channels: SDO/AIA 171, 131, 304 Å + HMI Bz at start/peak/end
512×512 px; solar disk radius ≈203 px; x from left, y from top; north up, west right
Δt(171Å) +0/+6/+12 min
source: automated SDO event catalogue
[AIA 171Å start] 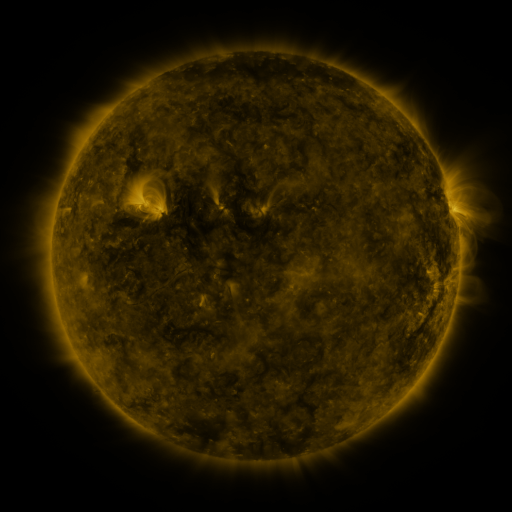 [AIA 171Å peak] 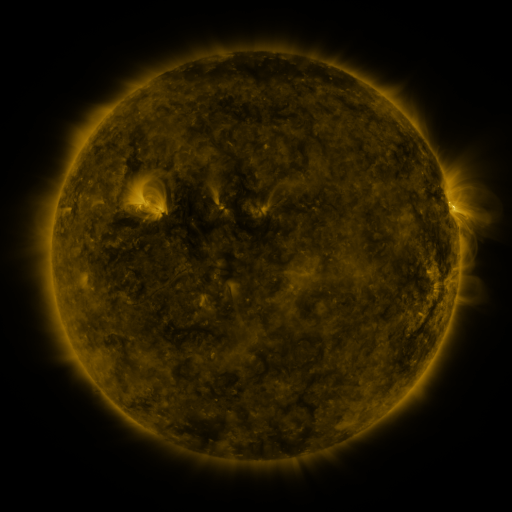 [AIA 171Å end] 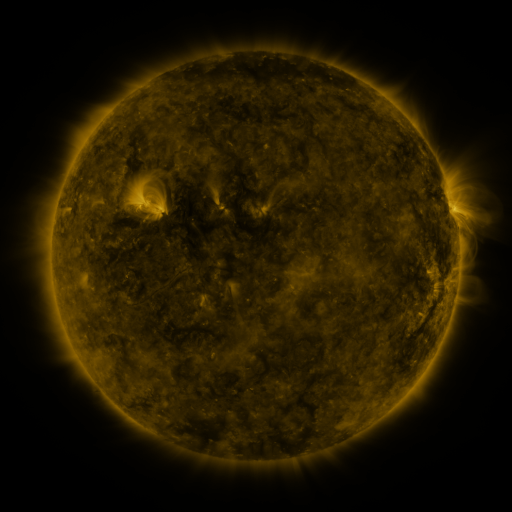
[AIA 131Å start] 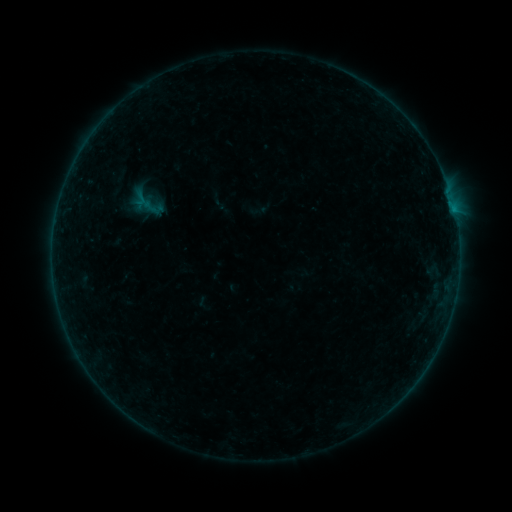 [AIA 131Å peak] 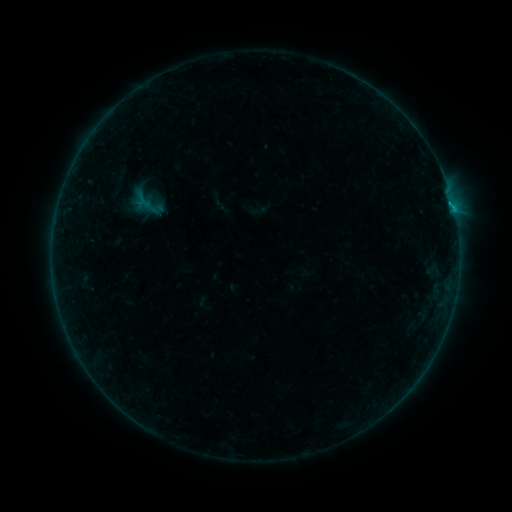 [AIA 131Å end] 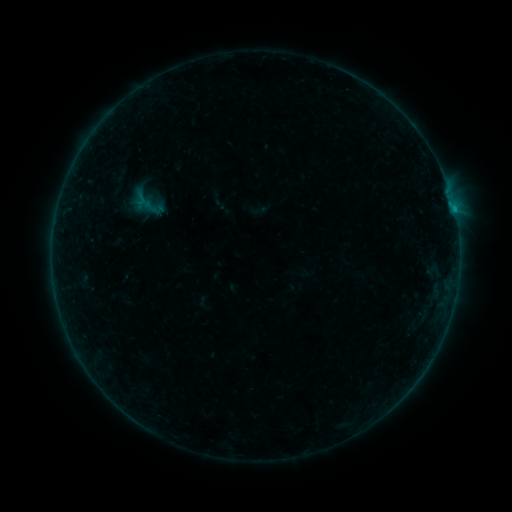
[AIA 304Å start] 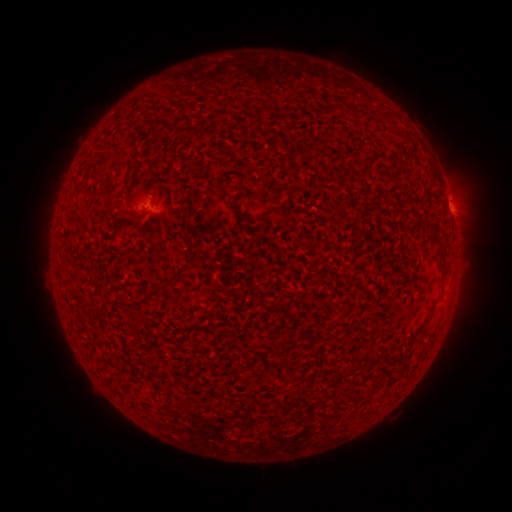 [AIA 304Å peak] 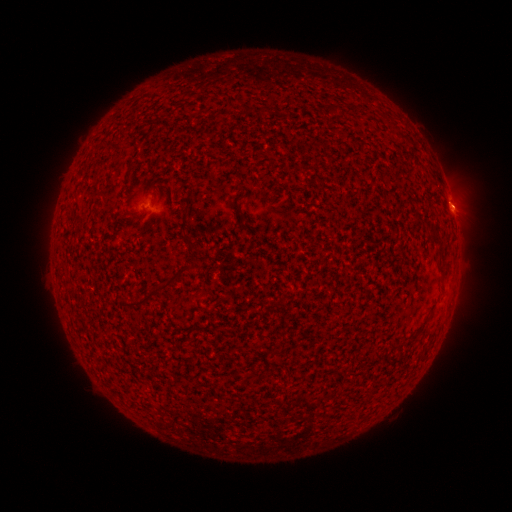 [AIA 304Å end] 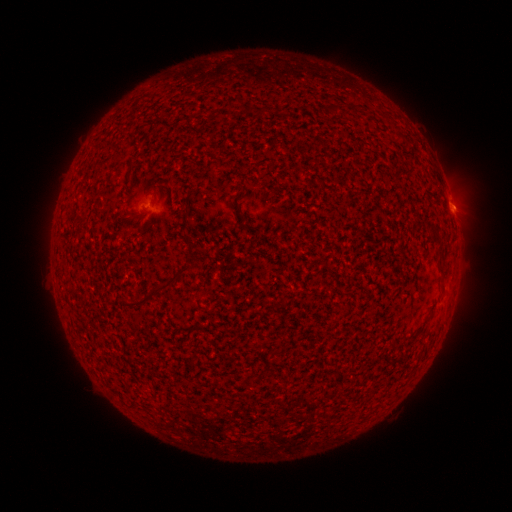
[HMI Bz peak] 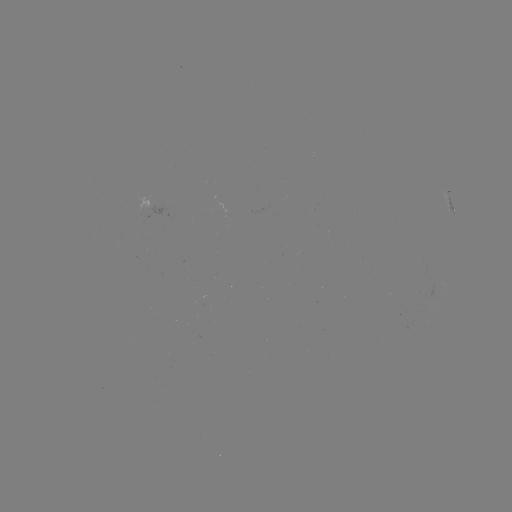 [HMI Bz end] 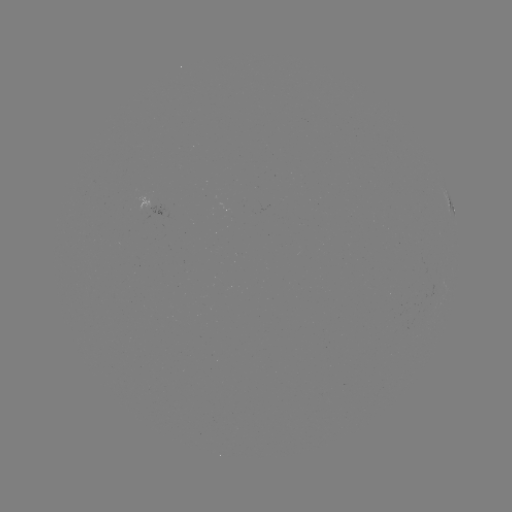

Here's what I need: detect B2.8 flare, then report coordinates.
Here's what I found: B2.8 flare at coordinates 450,206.